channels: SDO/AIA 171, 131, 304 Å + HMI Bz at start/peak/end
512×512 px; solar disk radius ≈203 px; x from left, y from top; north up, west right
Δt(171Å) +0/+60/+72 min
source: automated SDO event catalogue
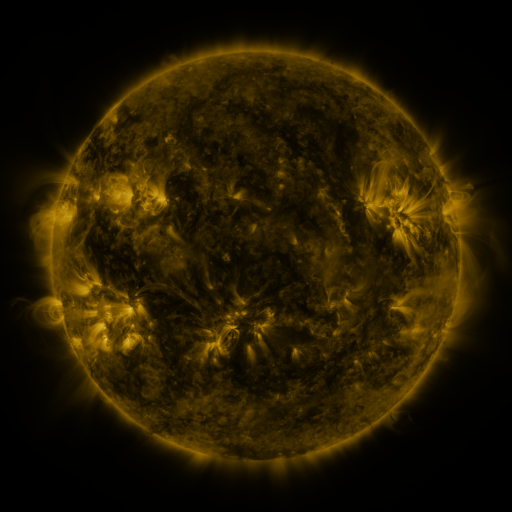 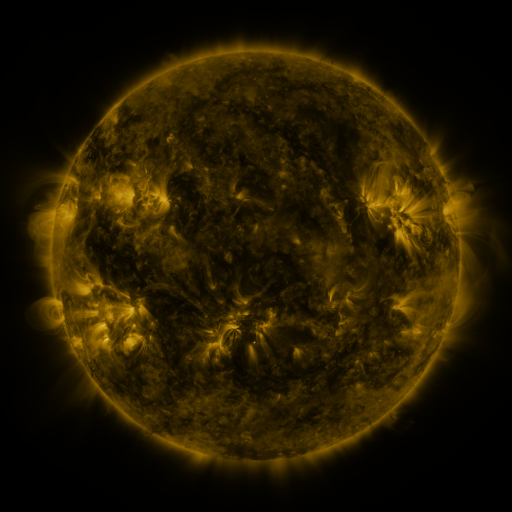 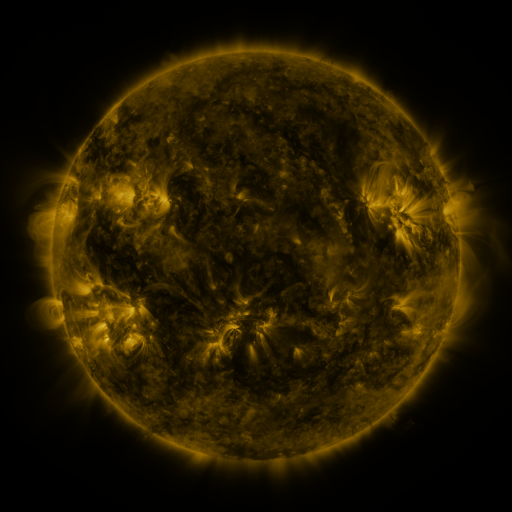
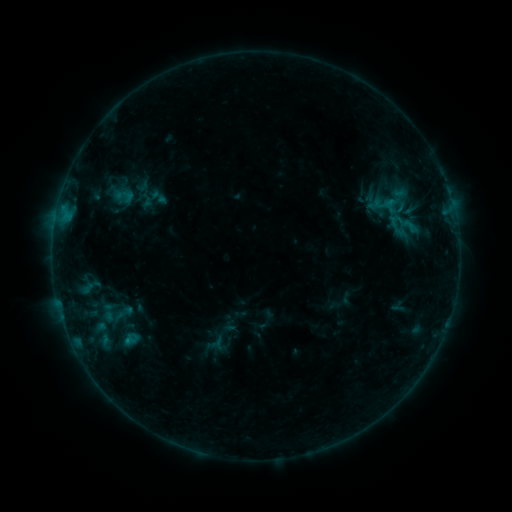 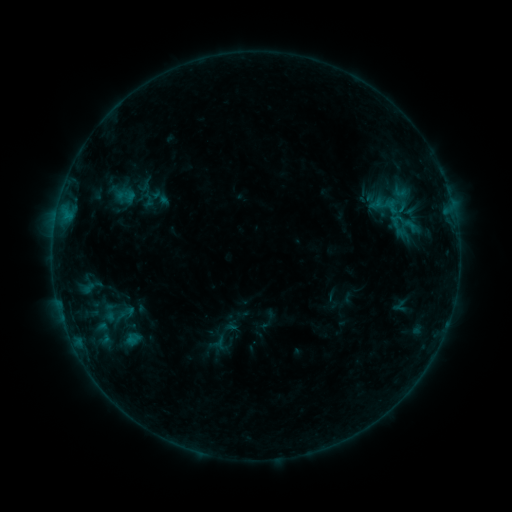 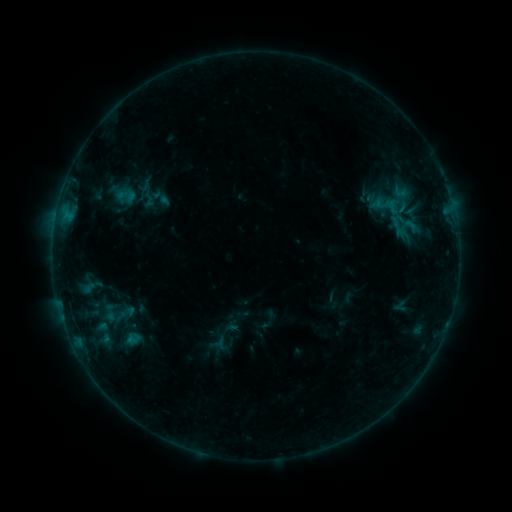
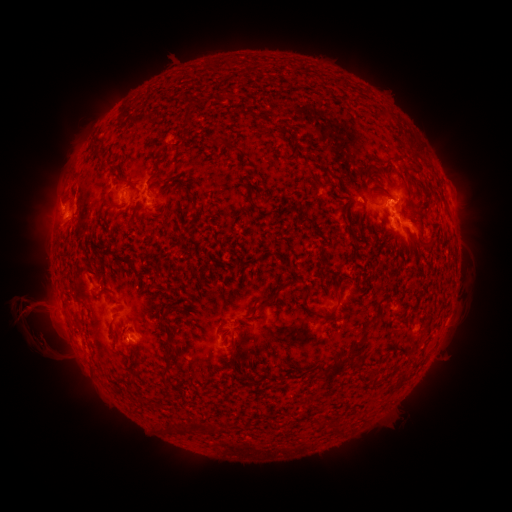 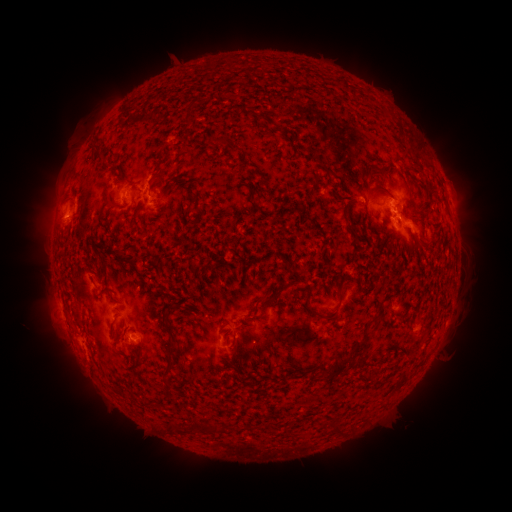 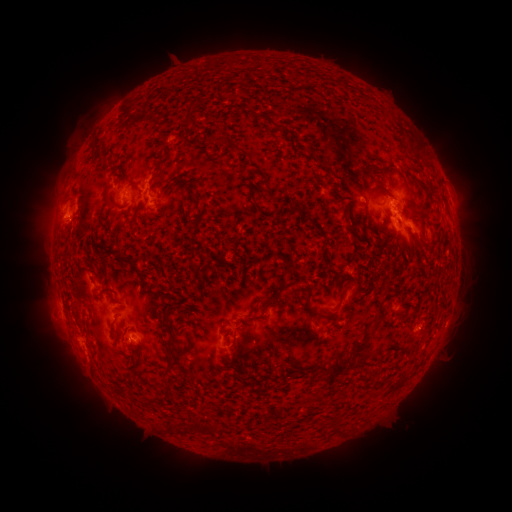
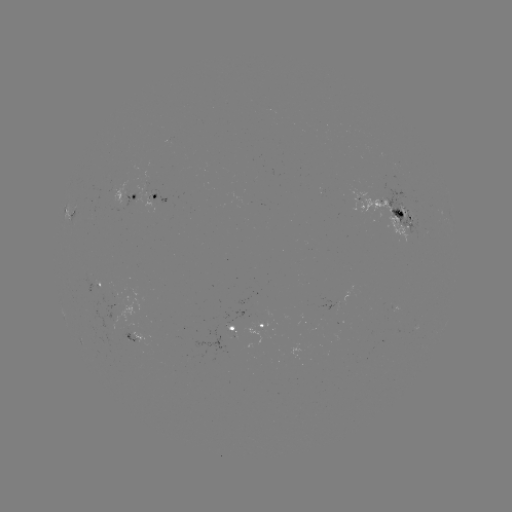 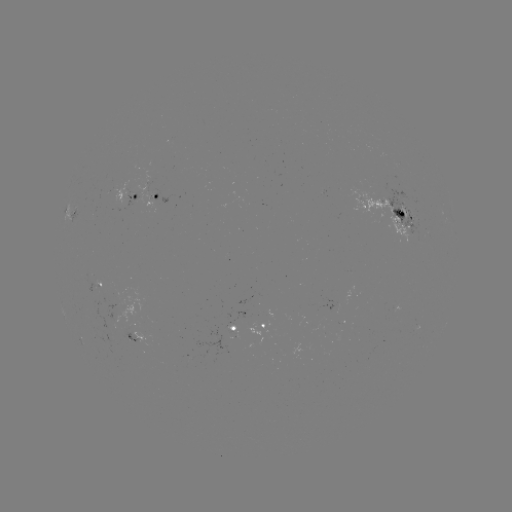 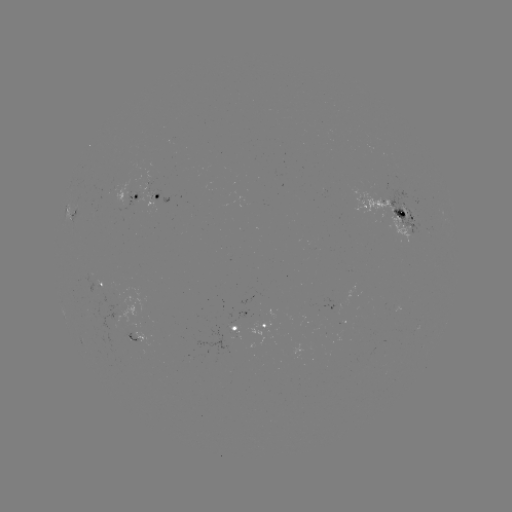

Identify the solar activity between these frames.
emerging-flux region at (134, 330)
